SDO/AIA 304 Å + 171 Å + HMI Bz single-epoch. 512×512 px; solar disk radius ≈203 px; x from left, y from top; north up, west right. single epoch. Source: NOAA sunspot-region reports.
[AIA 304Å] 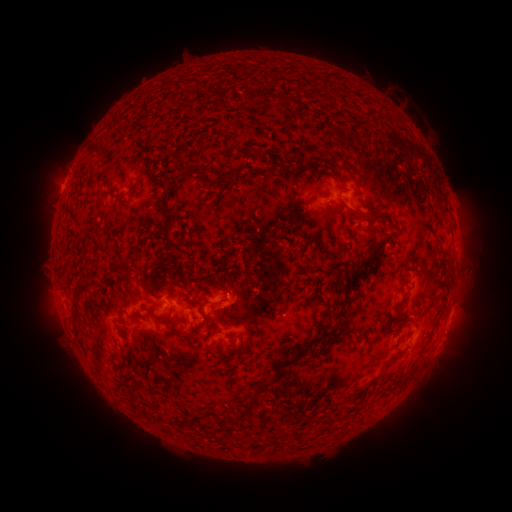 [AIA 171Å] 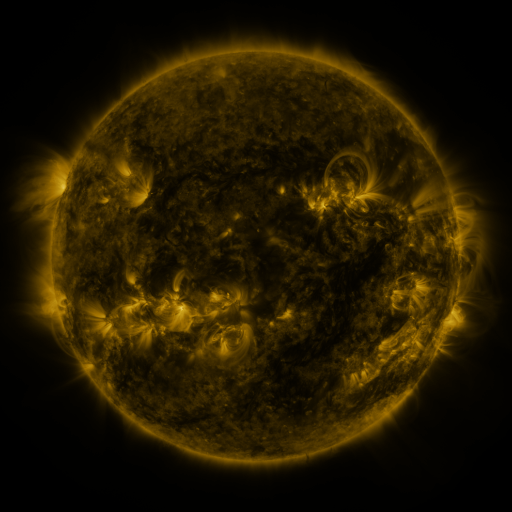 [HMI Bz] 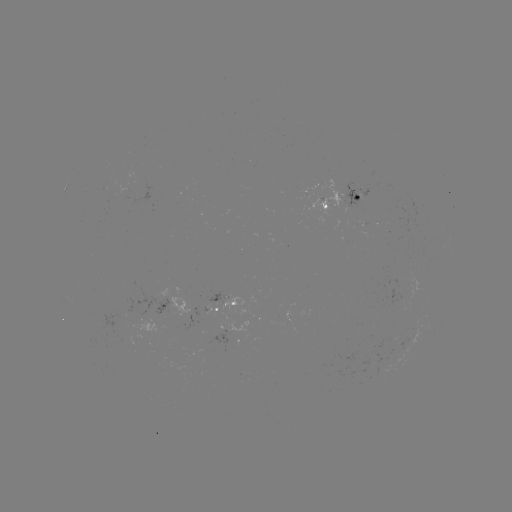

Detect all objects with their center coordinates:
spotted active region: (342, 198)
spotted active region: (227, 301)
spotted active region: (228, 325)
